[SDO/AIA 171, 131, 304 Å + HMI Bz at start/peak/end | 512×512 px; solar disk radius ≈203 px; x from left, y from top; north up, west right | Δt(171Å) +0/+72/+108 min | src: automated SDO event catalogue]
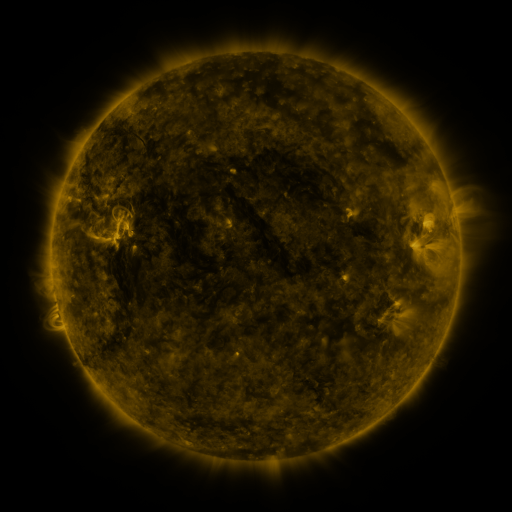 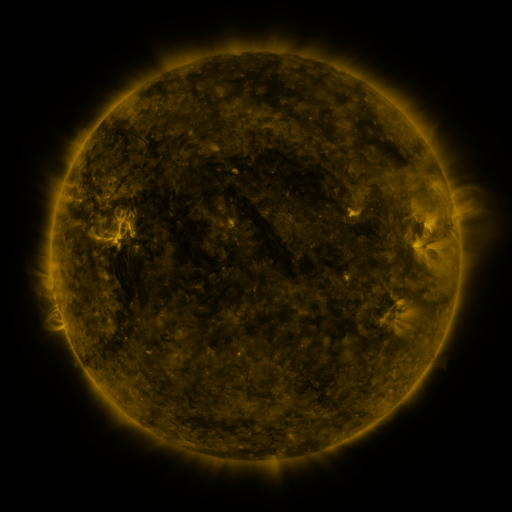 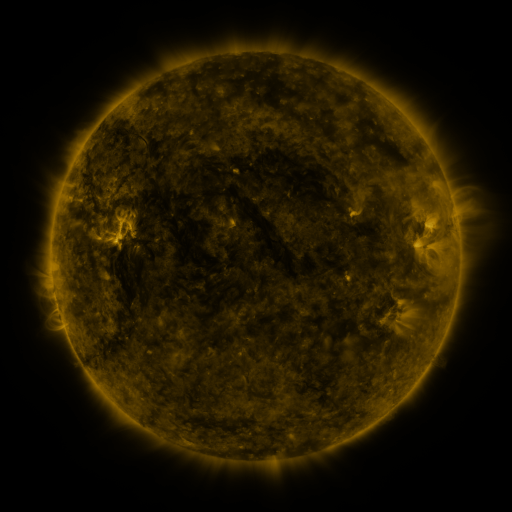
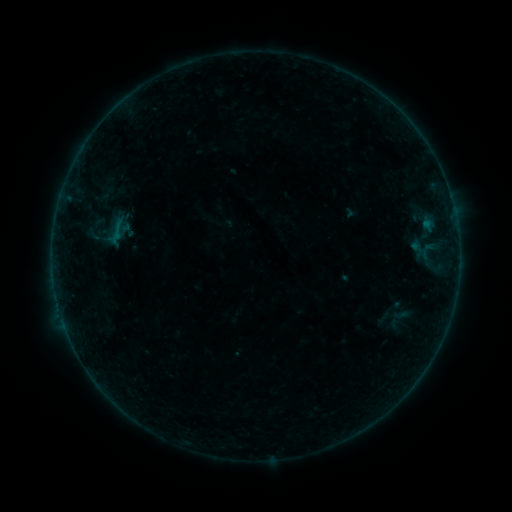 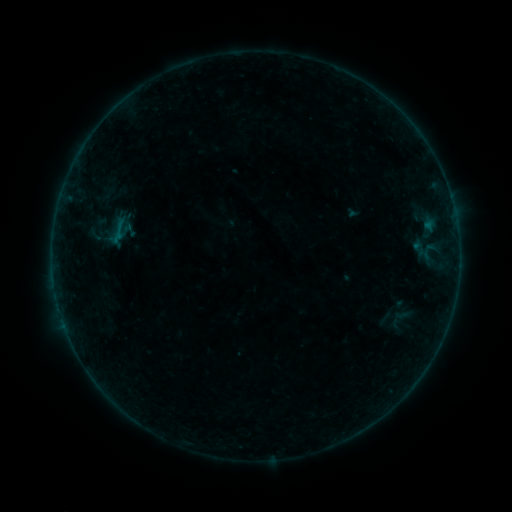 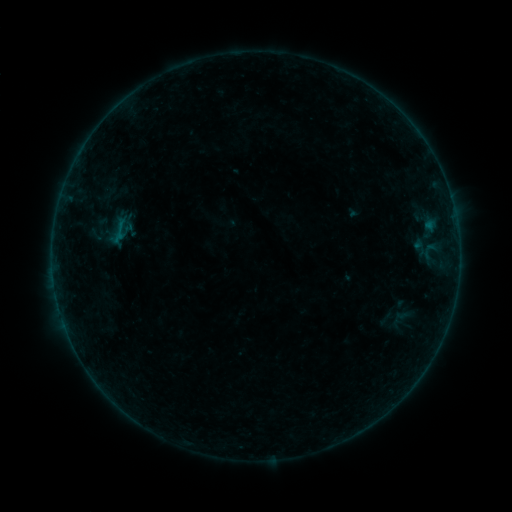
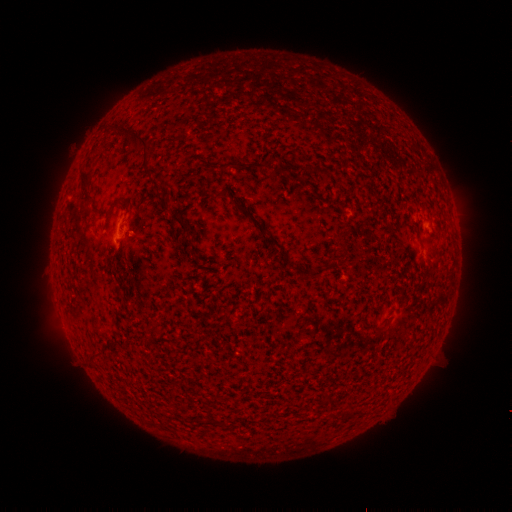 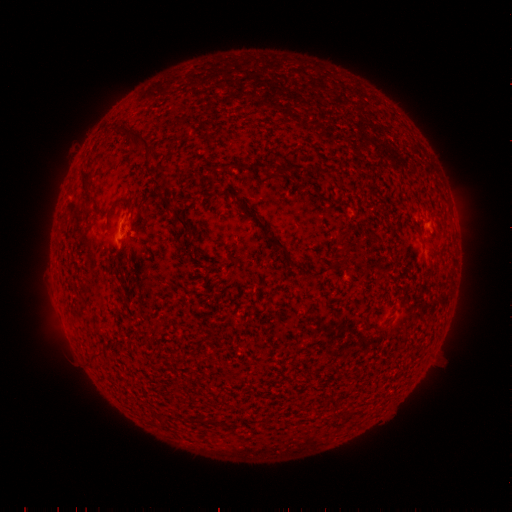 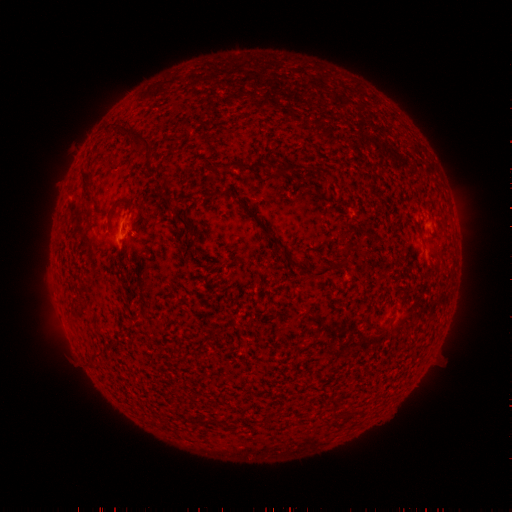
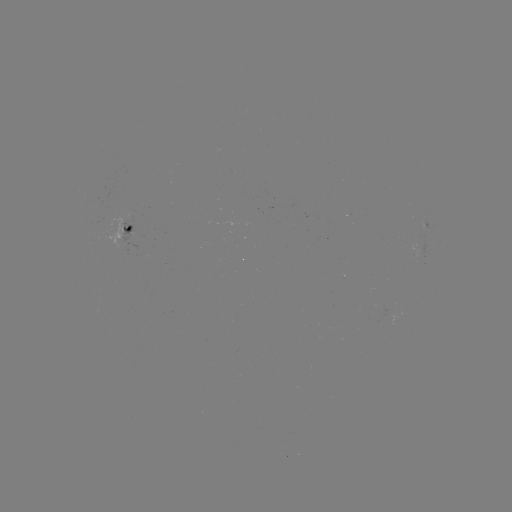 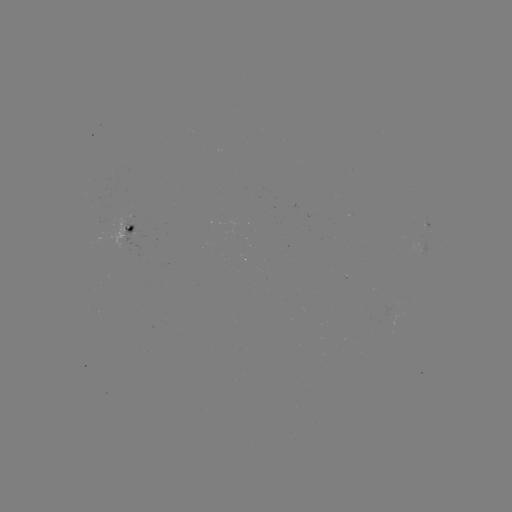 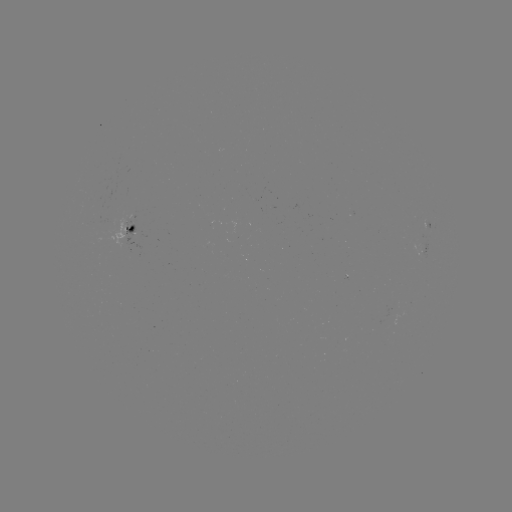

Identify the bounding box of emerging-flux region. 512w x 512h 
[421, 218, 427, 229].